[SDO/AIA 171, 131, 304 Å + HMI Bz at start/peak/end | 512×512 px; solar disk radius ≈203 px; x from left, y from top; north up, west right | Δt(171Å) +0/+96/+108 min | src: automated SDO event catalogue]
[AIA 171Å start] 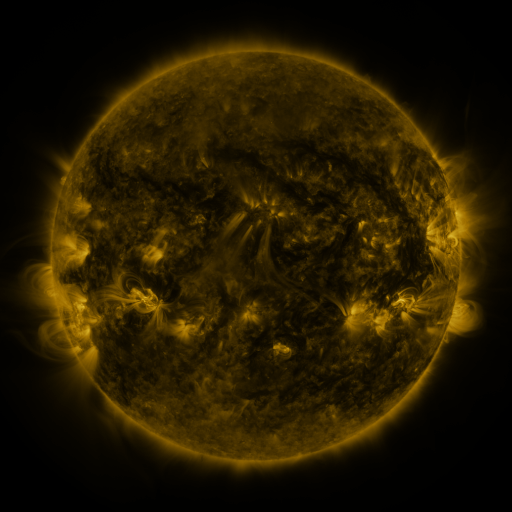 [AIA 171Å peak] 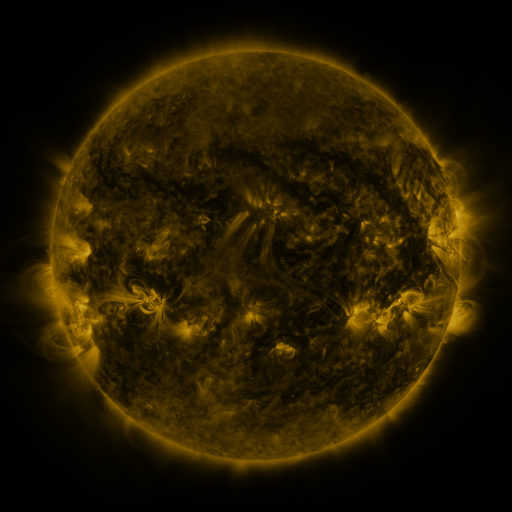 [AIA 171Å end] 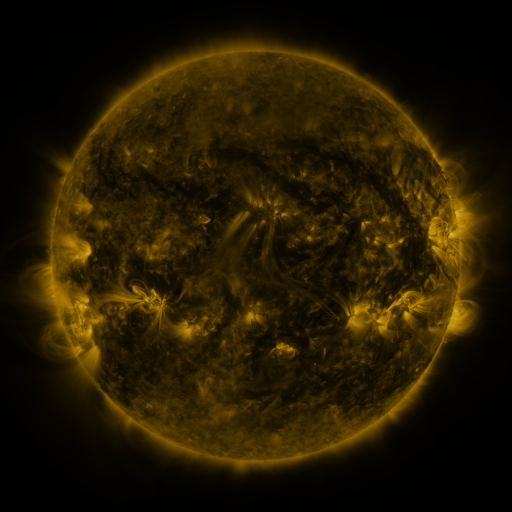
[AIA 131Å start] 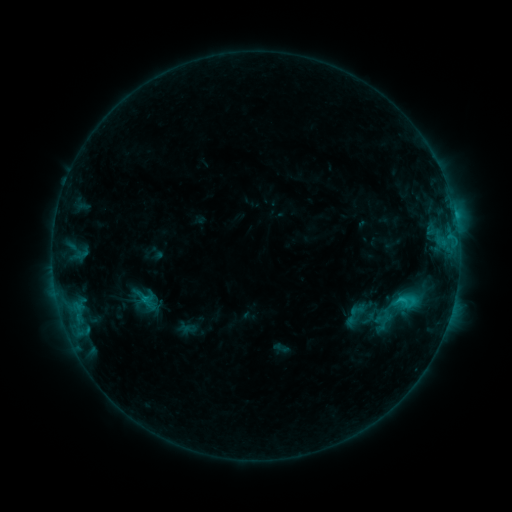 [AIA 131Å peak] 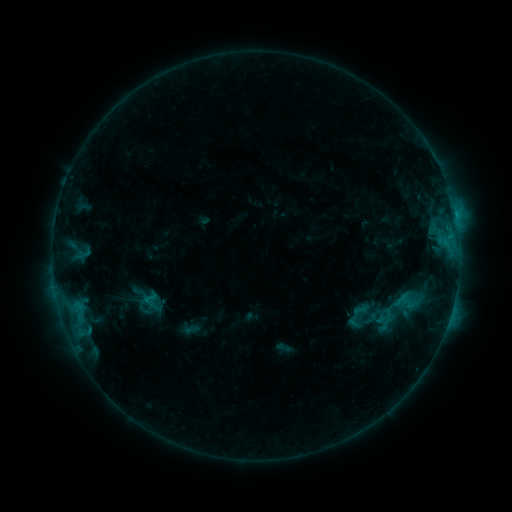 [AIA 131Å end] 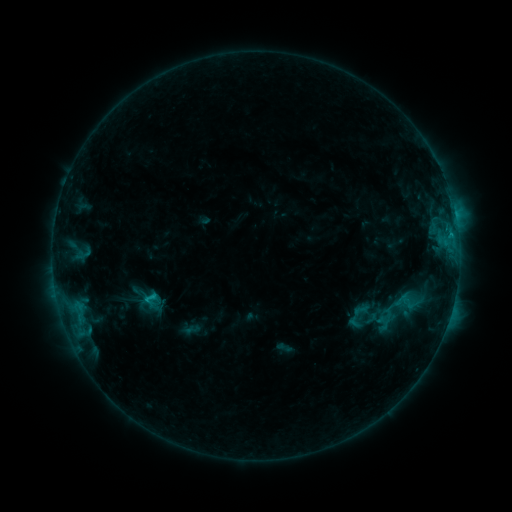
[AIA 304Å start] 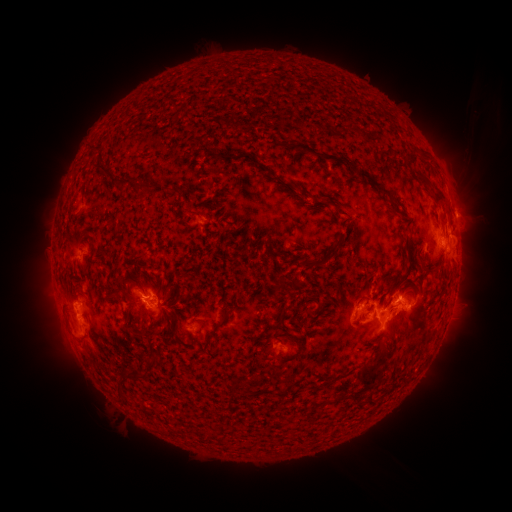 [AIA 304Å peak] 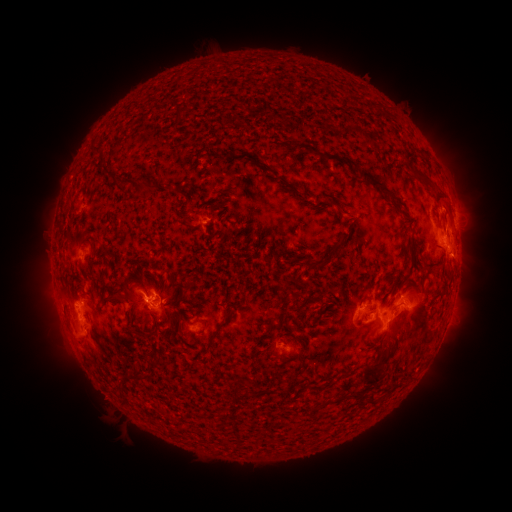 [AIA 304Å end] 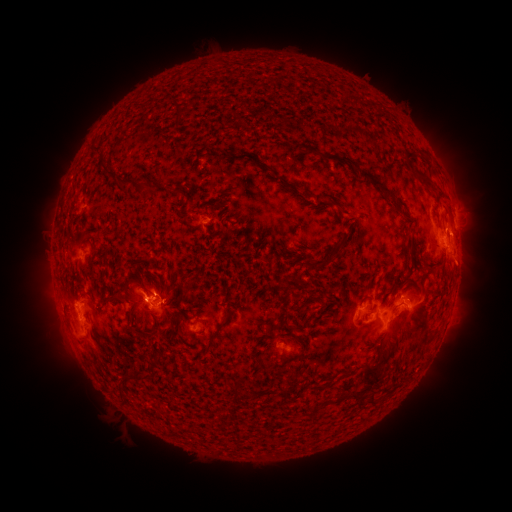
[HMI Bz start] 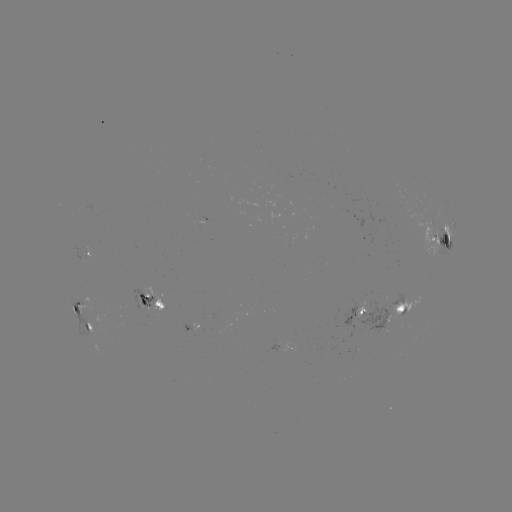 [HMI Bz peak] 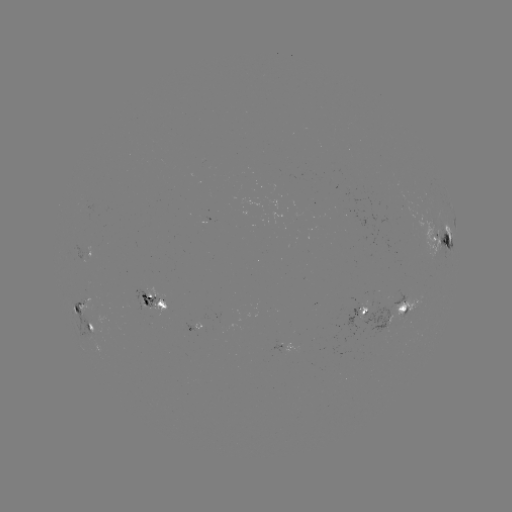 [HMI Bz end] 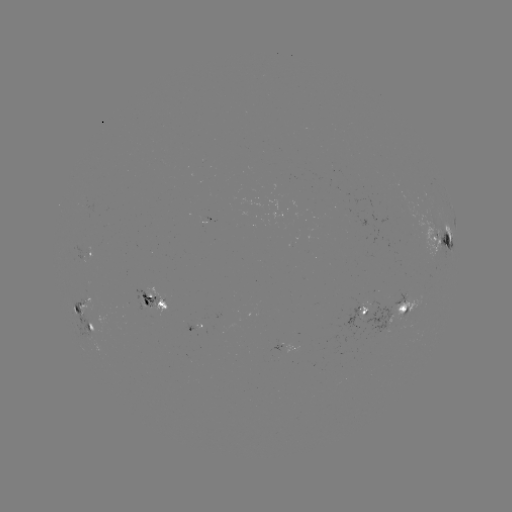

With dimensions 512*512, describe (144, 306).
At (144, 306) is emerging-flux region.